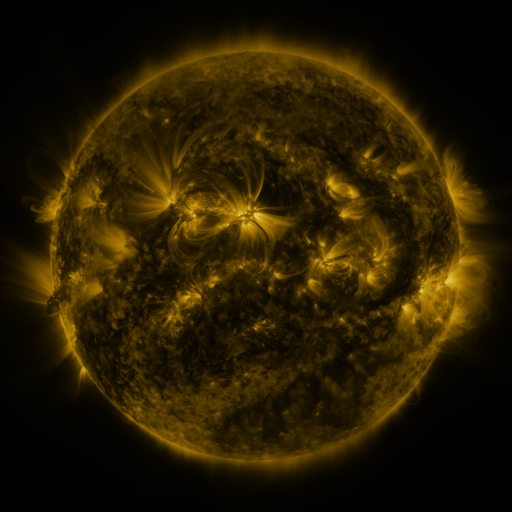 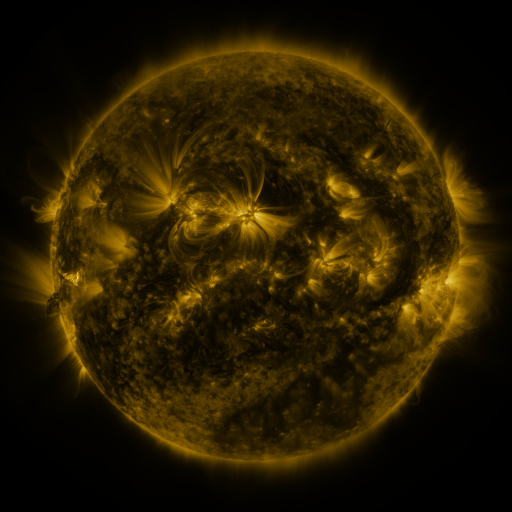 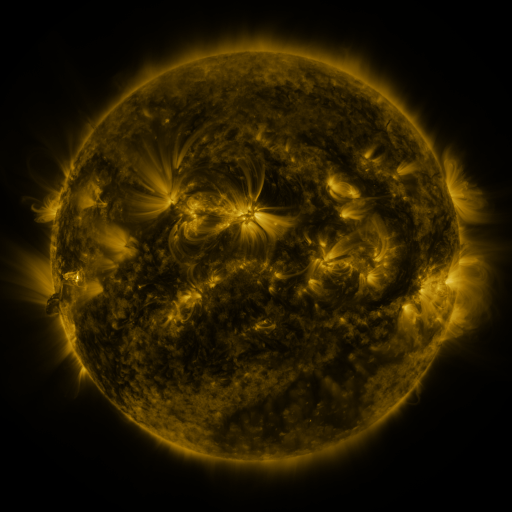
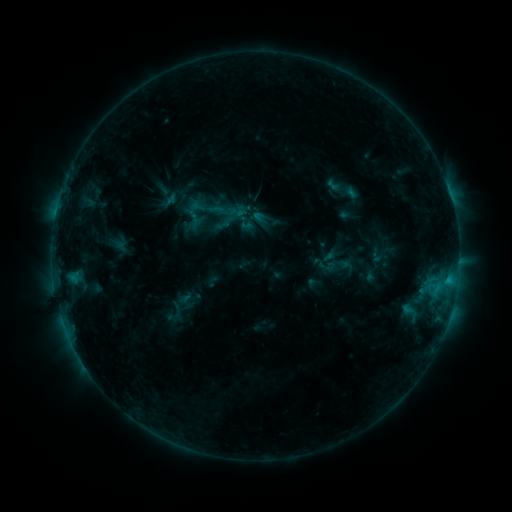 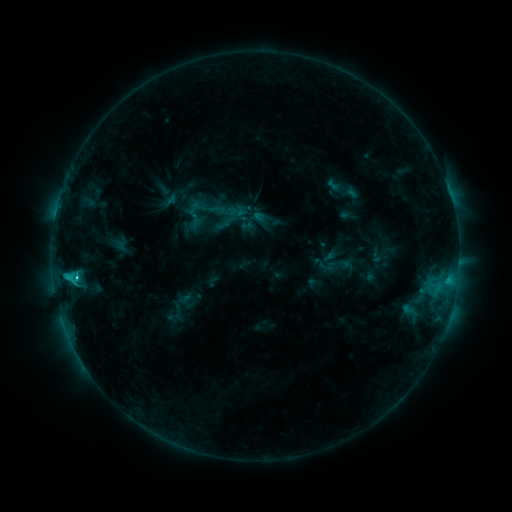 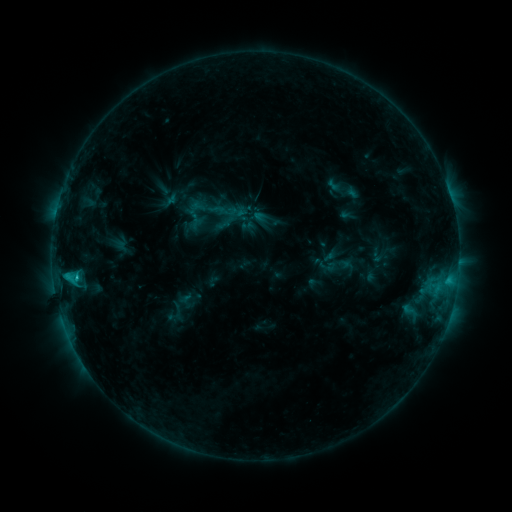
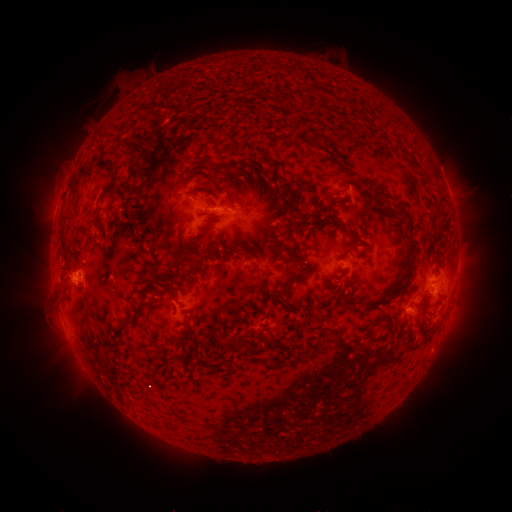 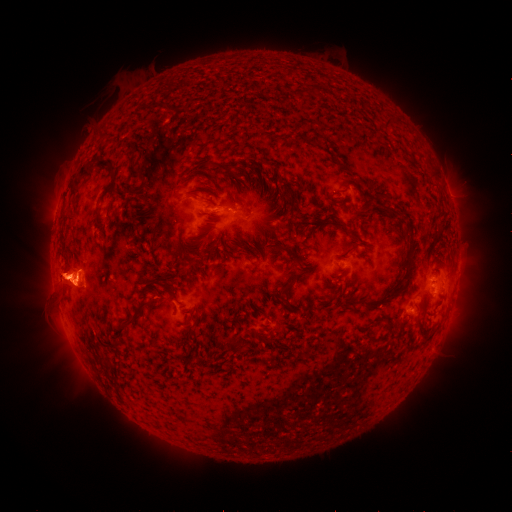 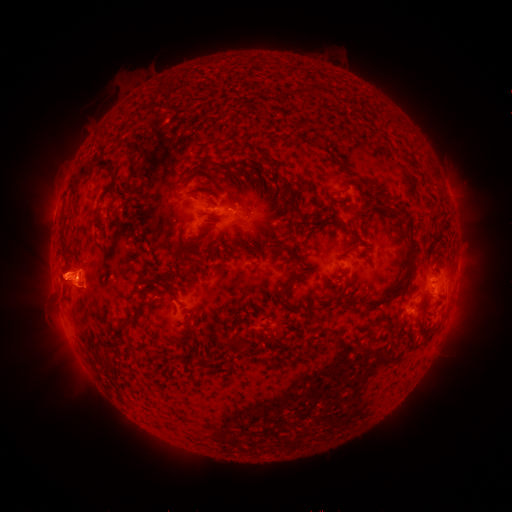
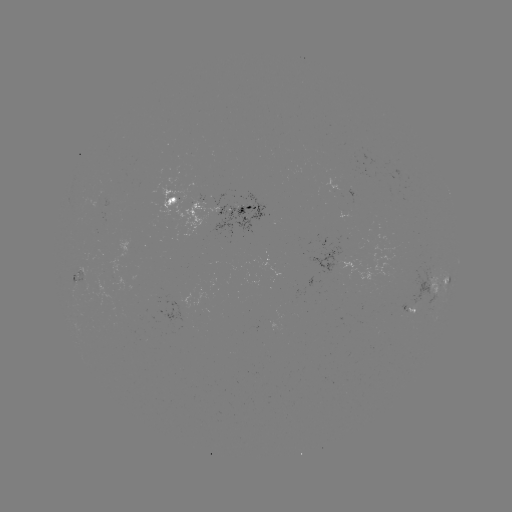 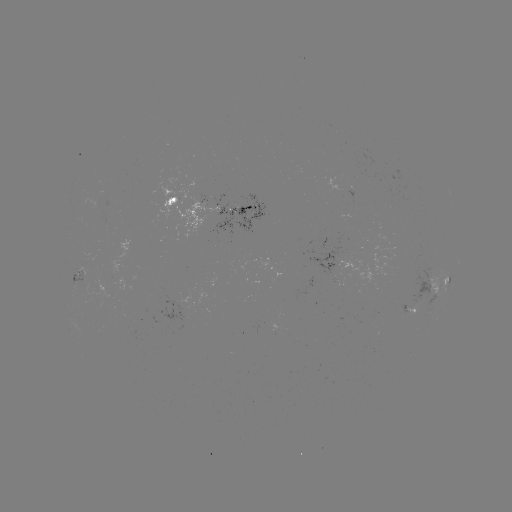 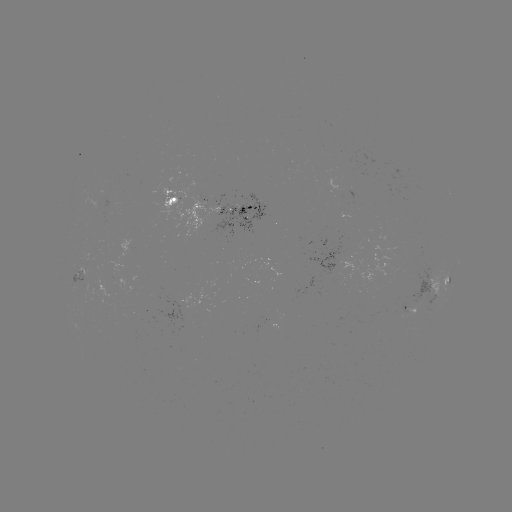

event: eruption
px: (67, 279)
